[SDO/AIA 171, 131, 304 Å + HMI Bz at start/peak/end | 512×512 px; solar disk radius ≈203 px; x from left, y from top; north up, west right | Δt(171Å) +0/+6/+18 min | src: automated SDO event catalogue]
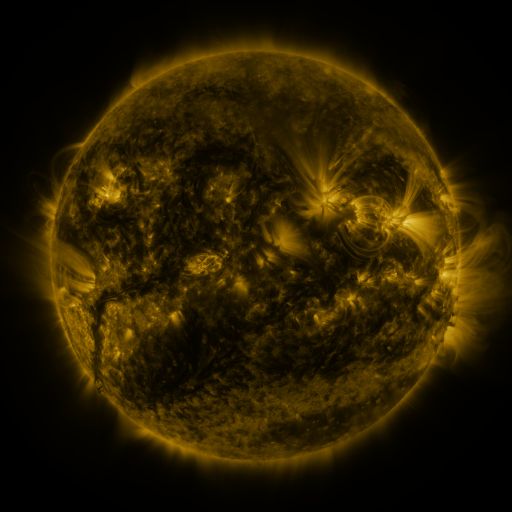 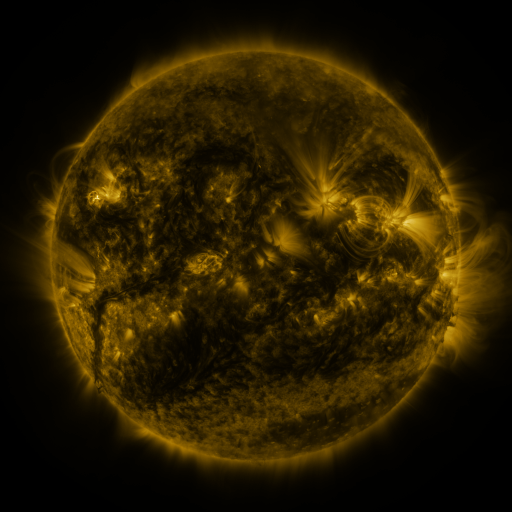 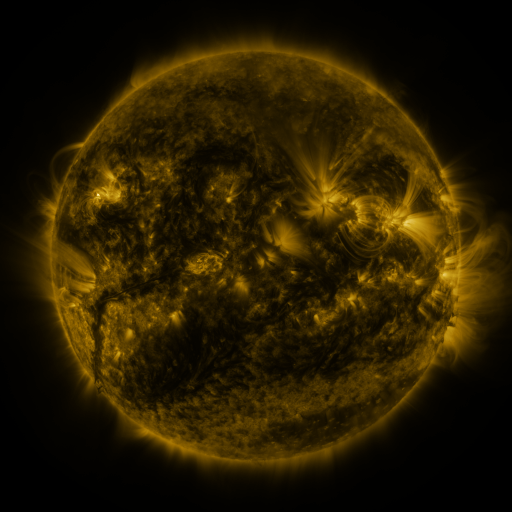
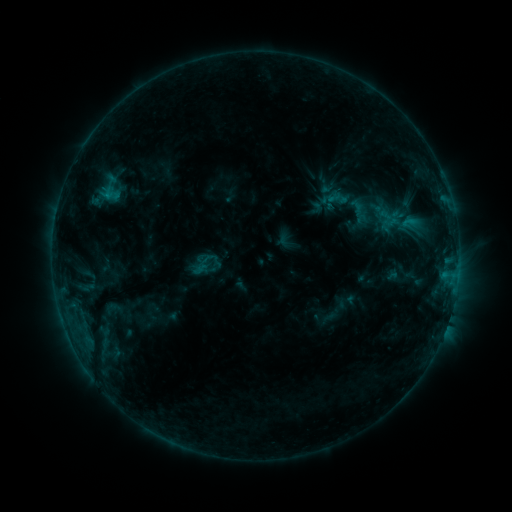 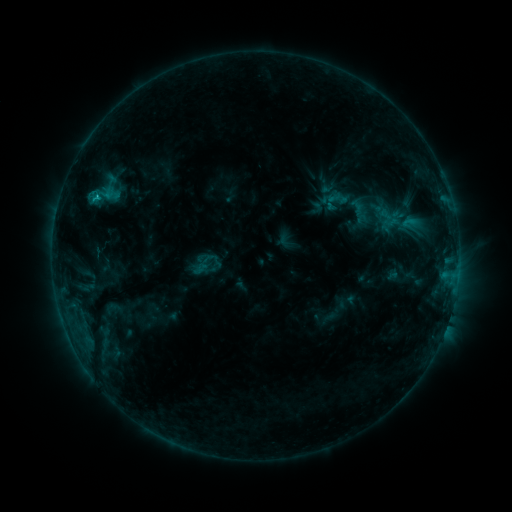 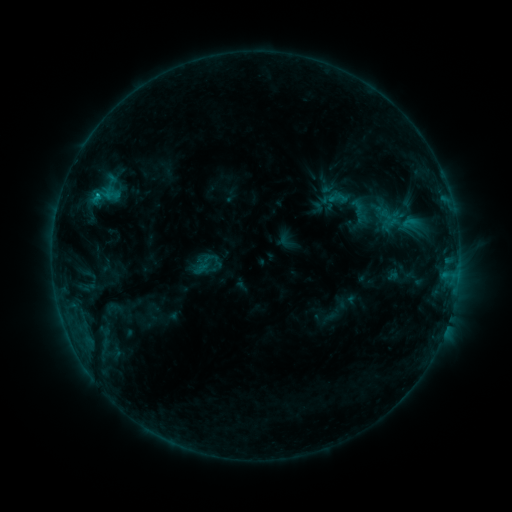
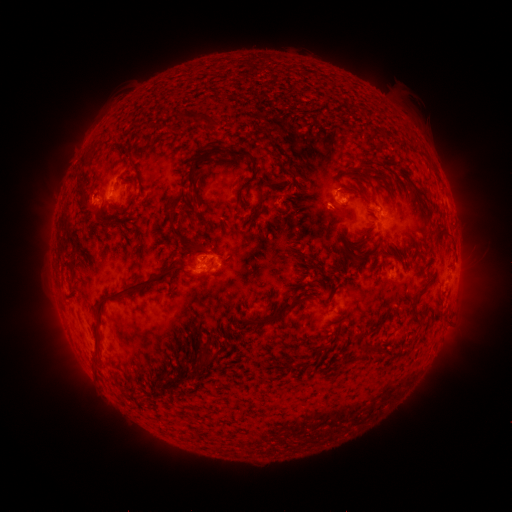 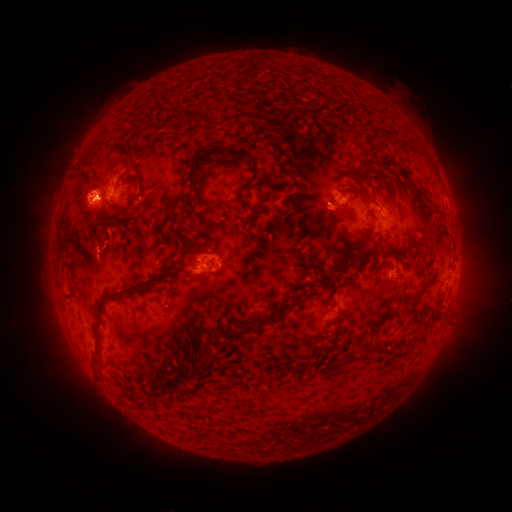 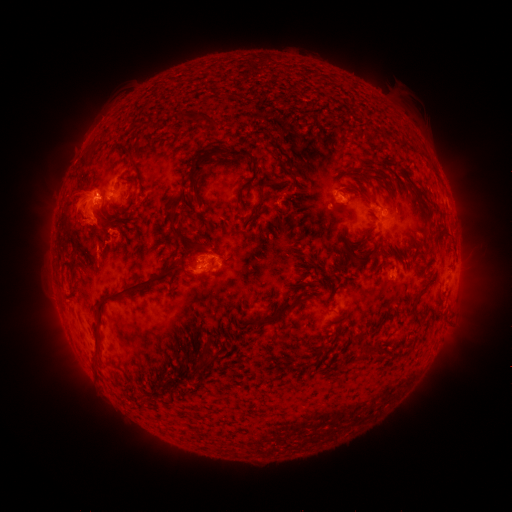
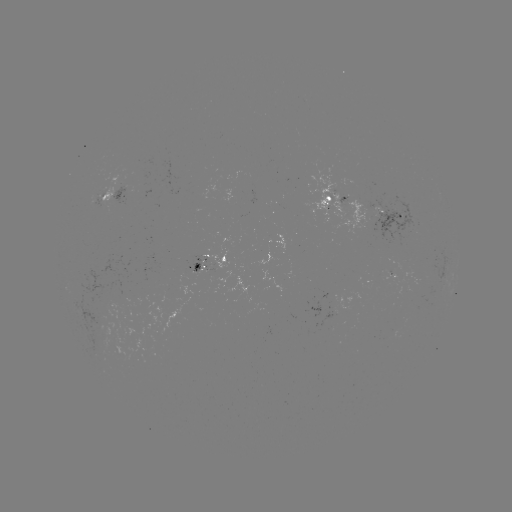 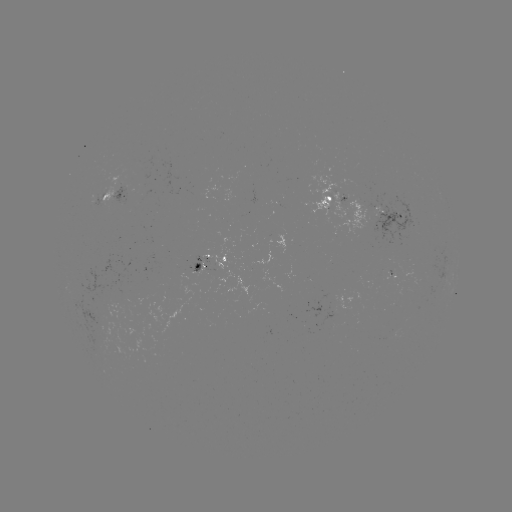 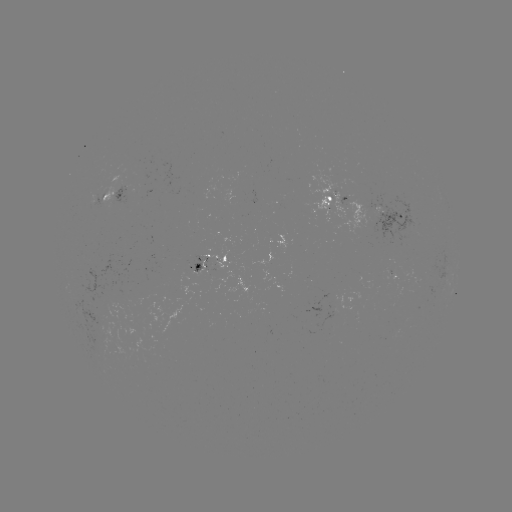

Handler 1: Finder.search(C1.1 flare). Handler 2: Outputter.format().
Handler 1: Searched C1.1 flare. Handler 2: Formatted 97,197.